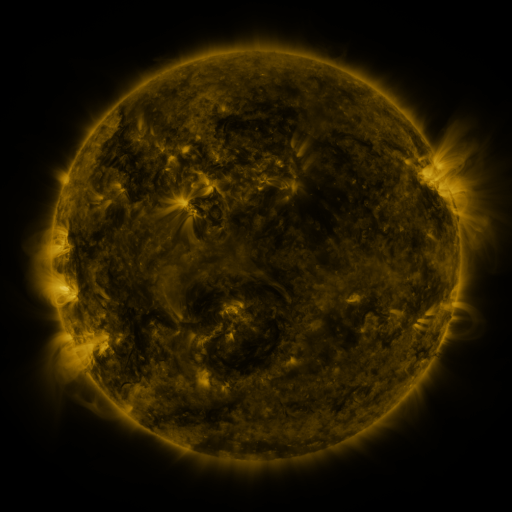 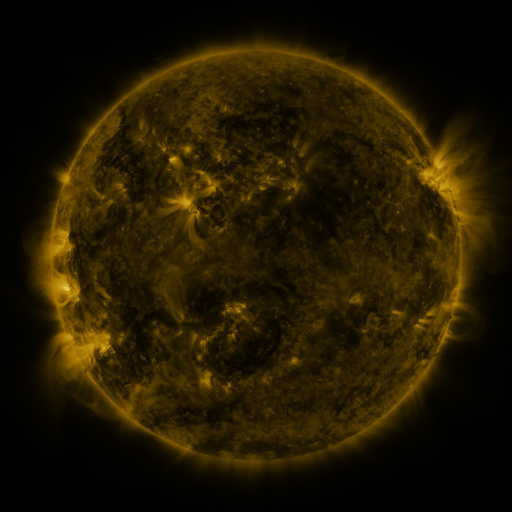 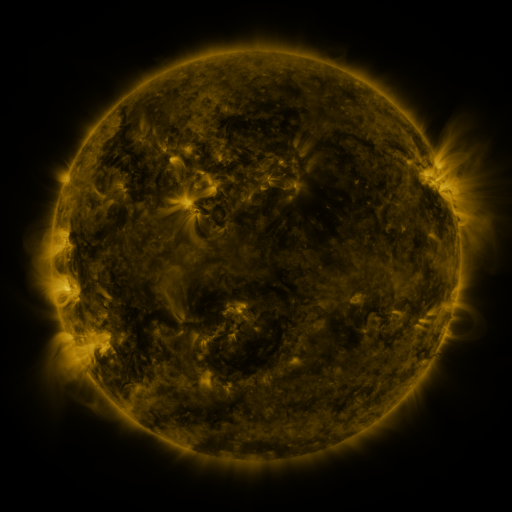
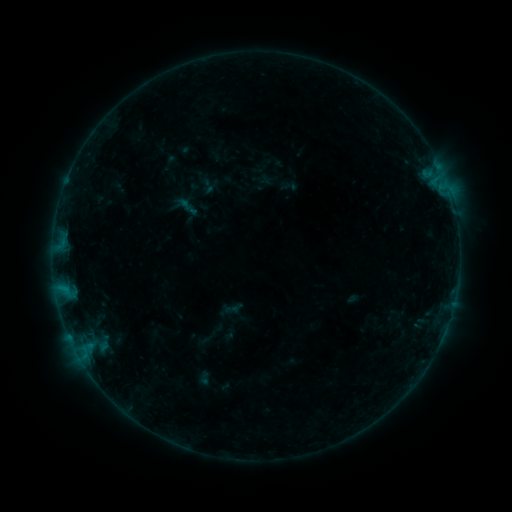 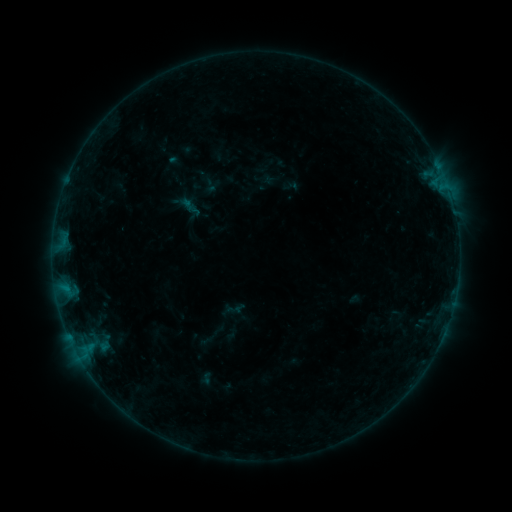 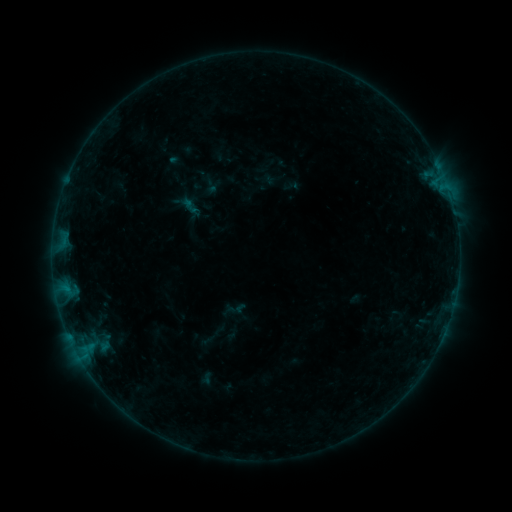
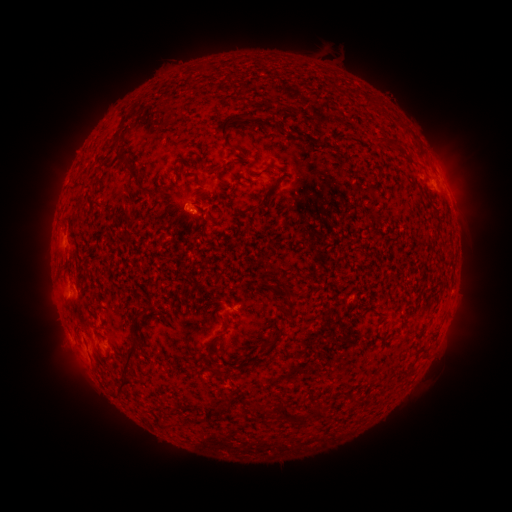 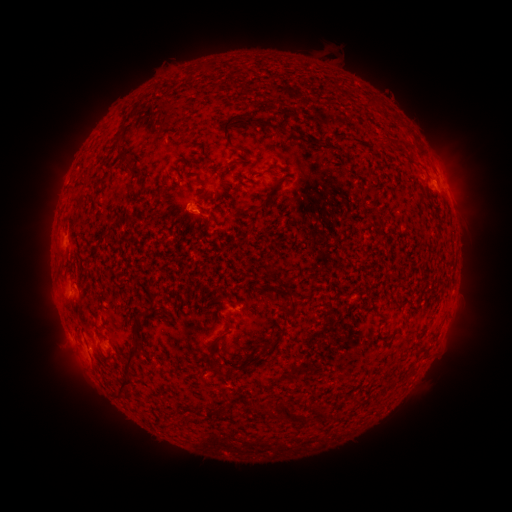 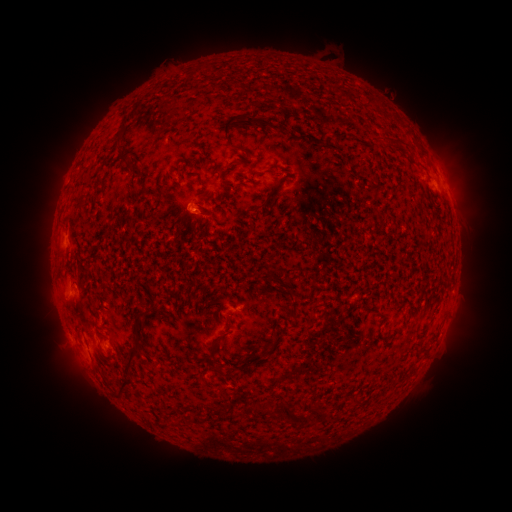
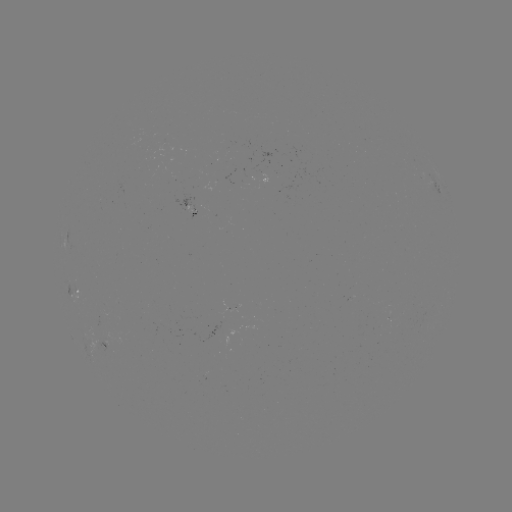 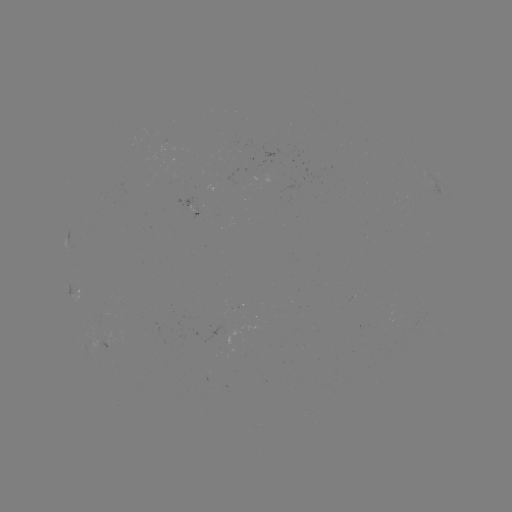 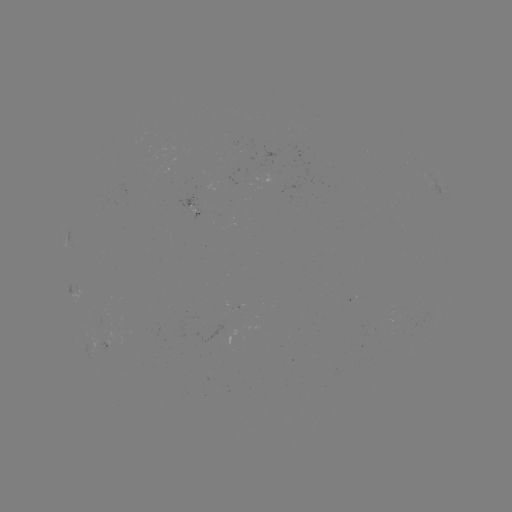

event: emerging-flux region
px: (196, 213)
